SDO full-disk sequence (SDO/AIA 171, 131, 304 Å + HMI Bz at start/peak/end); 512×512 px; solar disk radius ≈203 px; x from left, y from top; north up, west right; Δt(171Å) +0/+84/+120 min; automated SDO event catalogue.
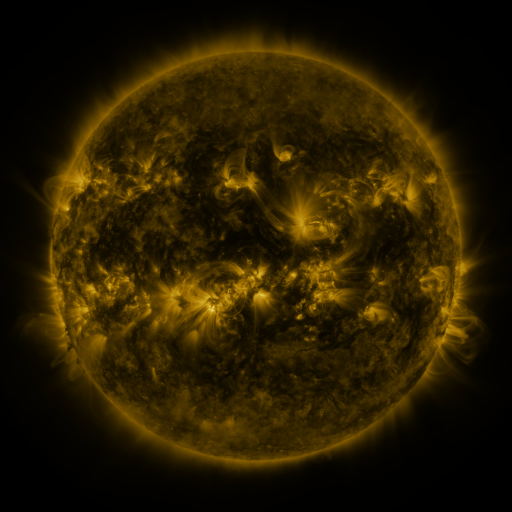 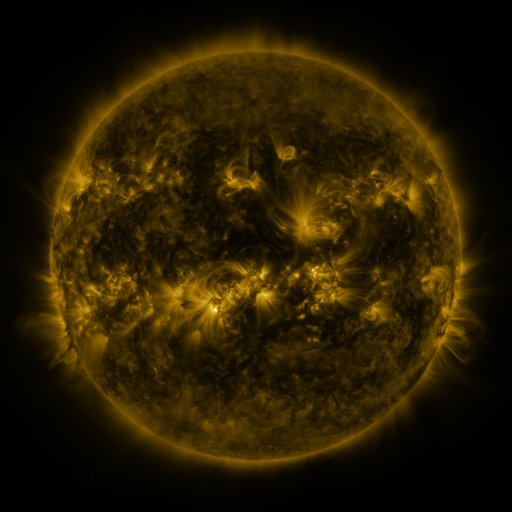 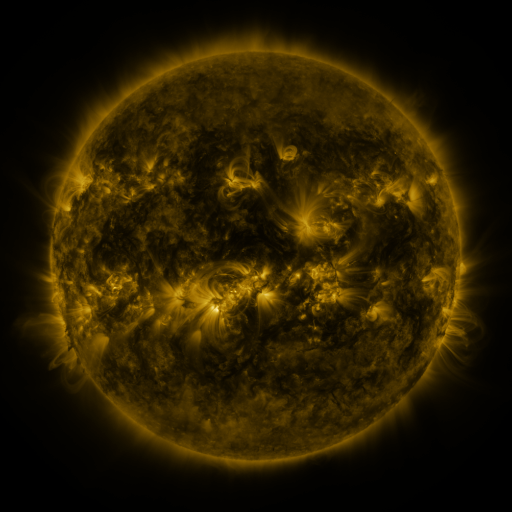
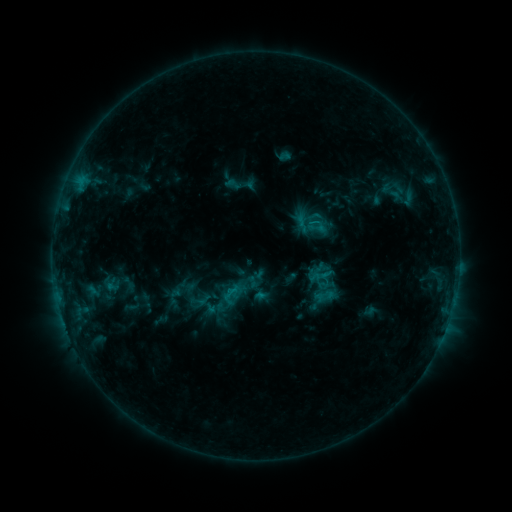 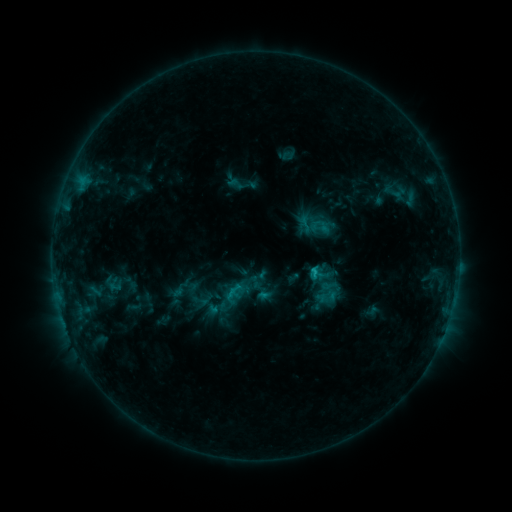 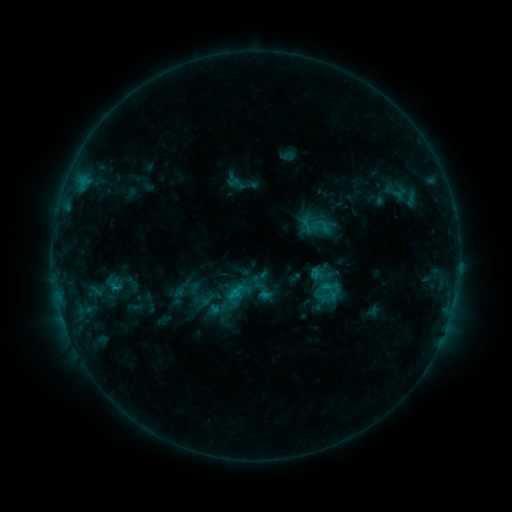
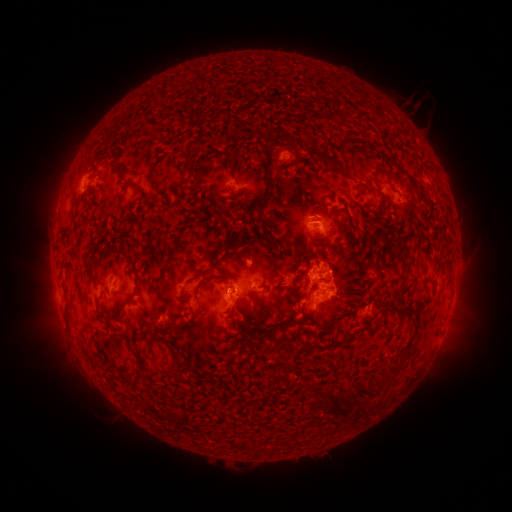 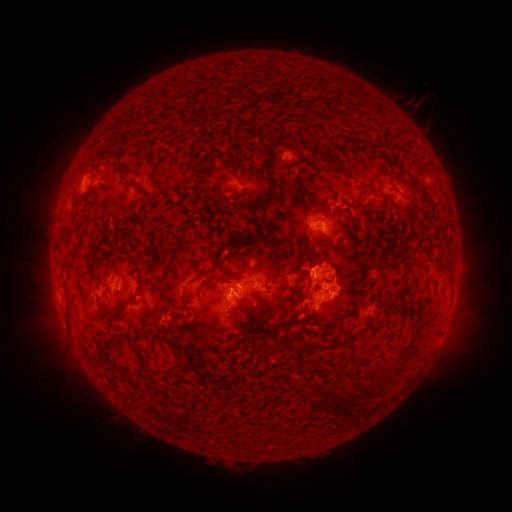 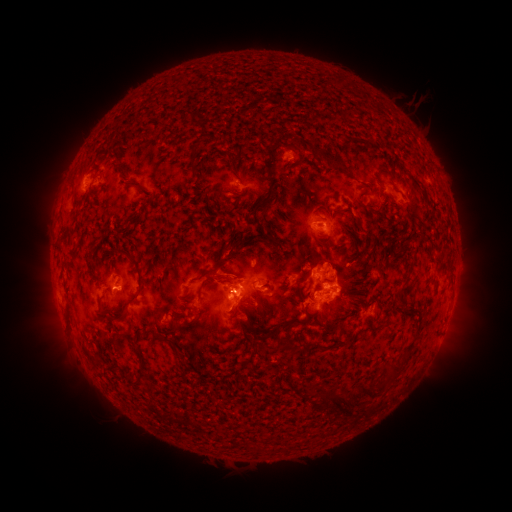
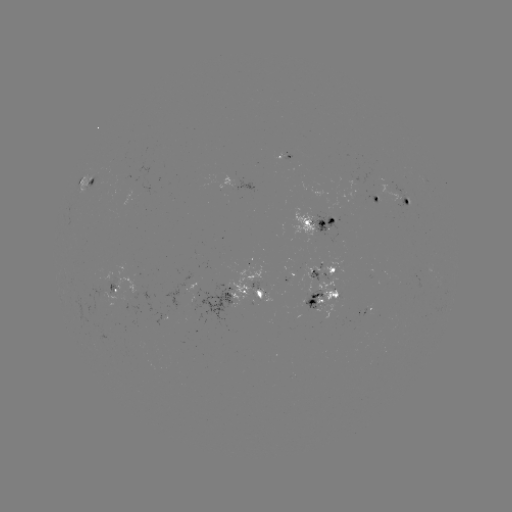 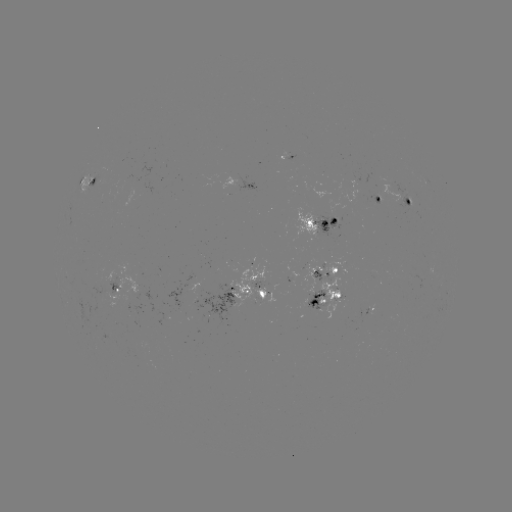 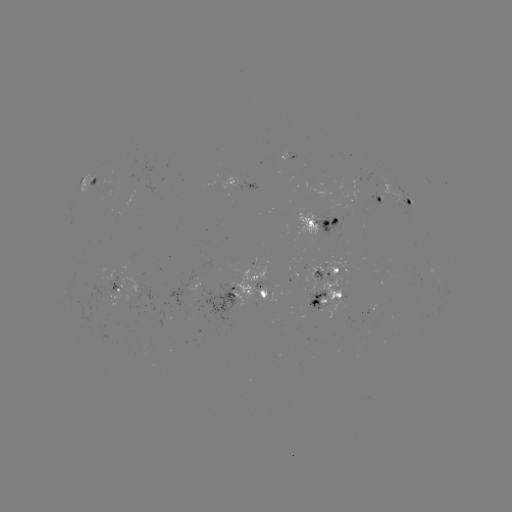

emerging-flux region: <bbox>110, 174, 139, 199</bbox>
